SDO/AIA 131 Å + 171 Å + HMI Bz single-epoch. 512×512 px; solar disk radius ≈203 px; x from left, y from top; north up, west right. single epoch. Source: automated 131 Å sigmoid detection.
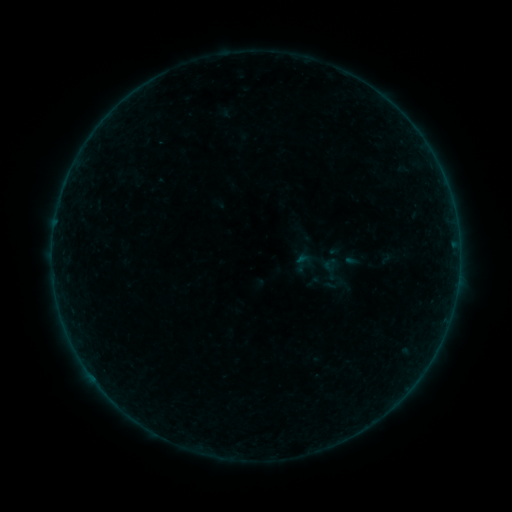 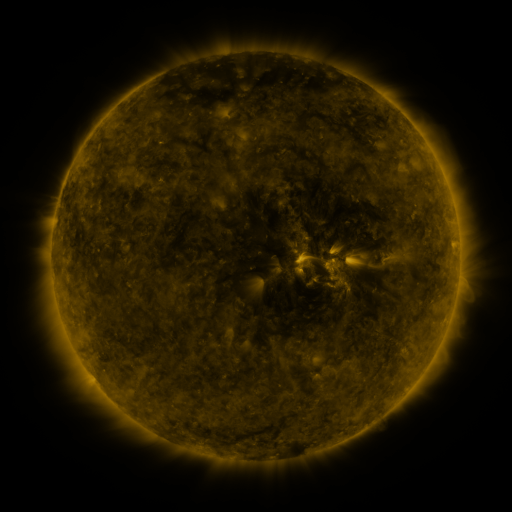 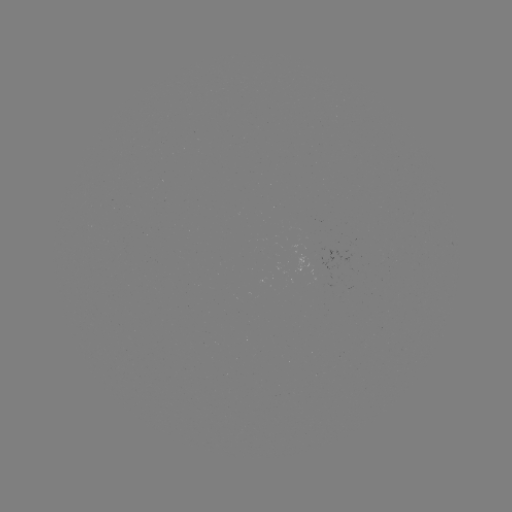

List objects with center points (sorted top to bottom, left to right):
sigmoid: (330, 264)
